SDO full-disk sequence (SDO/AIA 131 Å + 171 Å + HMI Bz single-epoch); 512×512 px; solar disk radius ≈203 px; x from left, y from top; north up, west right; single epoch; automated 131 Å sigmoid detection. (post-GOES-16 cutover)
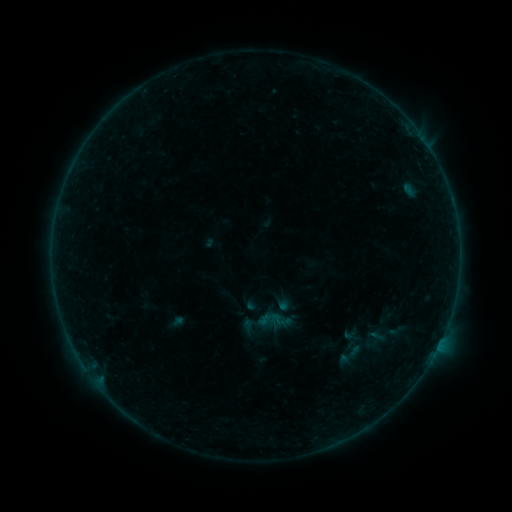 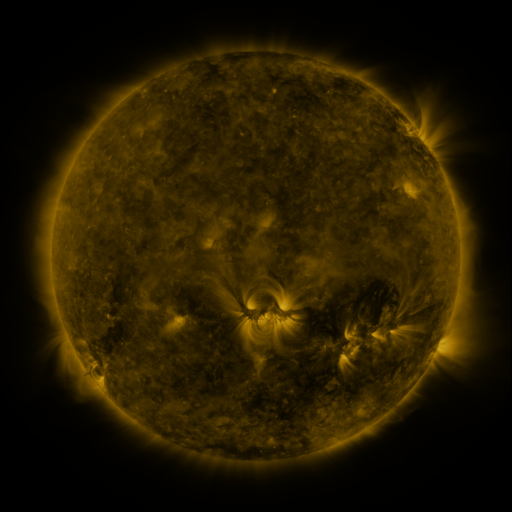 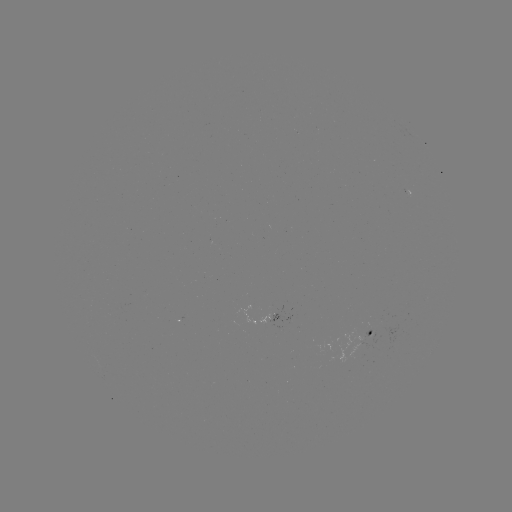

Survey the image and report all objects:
sigmoid: (397, 331)
sigmoid: (361, 346)
